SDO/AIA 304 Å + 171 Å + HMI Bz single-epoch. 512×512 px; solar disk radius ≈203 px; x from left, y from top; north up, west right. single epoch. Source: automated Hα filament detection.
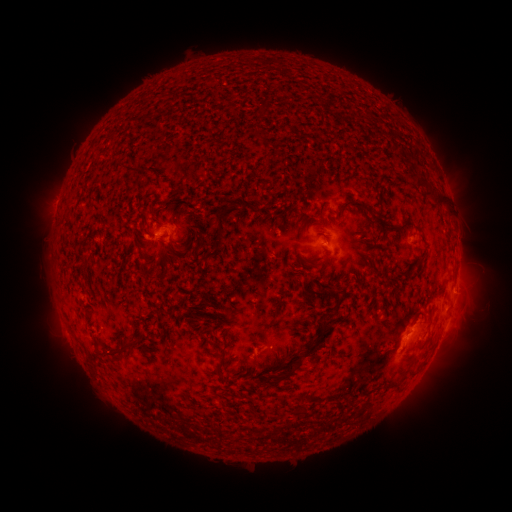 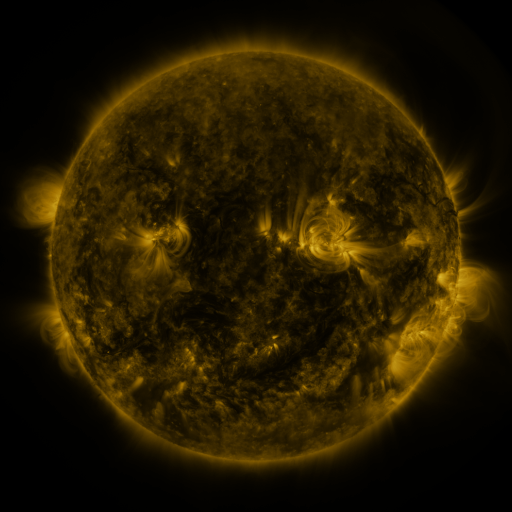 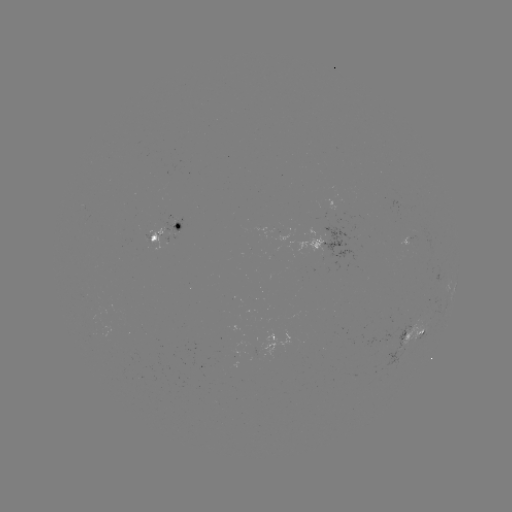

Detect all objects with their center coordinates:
filament: [135, 115, 146, 125]
filament: [246, 126, 266, 143]
filament: [123, 166, 144, 175]
filament: [406, 170, 446, 206]
filament: [371, 185, 382, 193]
filament: [162, 191, 177, 210]
filament: [338, 198, 370, 214]
filament: [388, 223, 398, 229]
filament: [210, 238, 219, 249]
filament: [172, 244, 185, 254]
filament: [415, 253, 426, 261]
filament: [305, 257, 324, 268]
filament: [302, 282, 329, 301]
filament: [305, 314, 331, 355]
filament: [105, 339, 141, 359]
filament: [216, 347, 228, 375]
filament: [254, 350, 302, 388]
